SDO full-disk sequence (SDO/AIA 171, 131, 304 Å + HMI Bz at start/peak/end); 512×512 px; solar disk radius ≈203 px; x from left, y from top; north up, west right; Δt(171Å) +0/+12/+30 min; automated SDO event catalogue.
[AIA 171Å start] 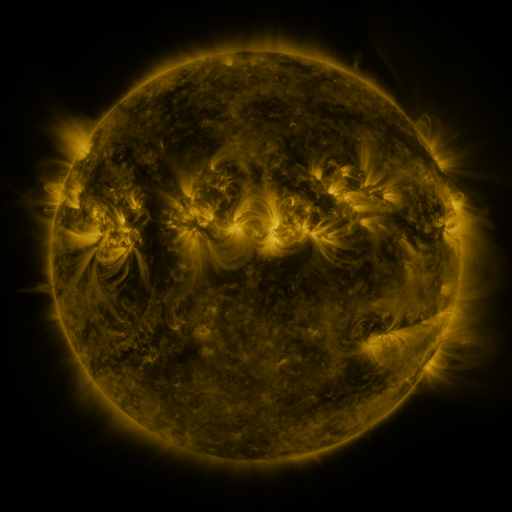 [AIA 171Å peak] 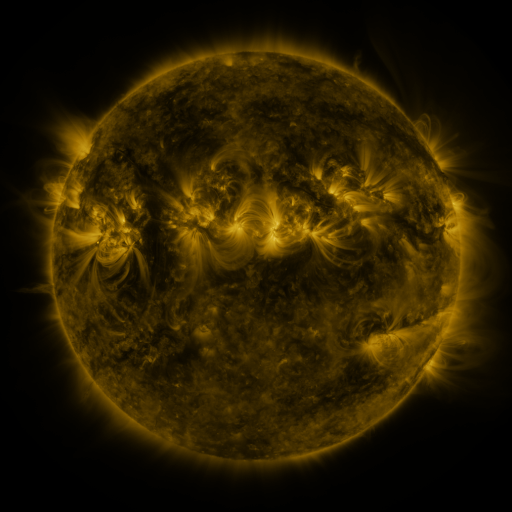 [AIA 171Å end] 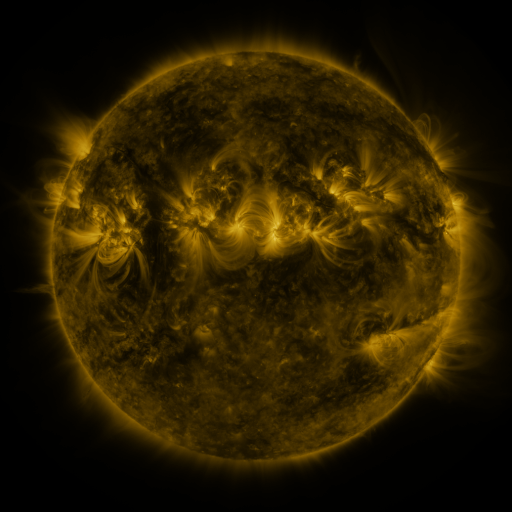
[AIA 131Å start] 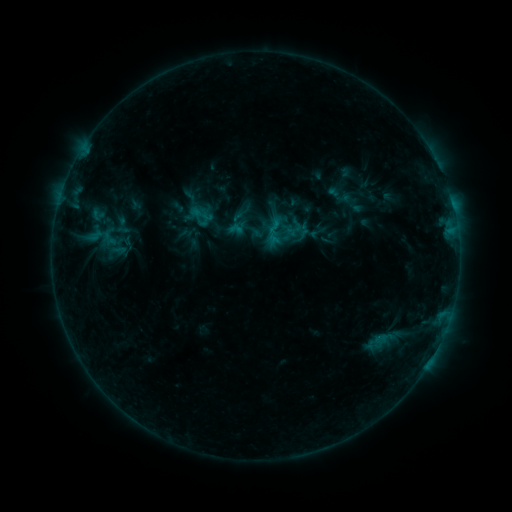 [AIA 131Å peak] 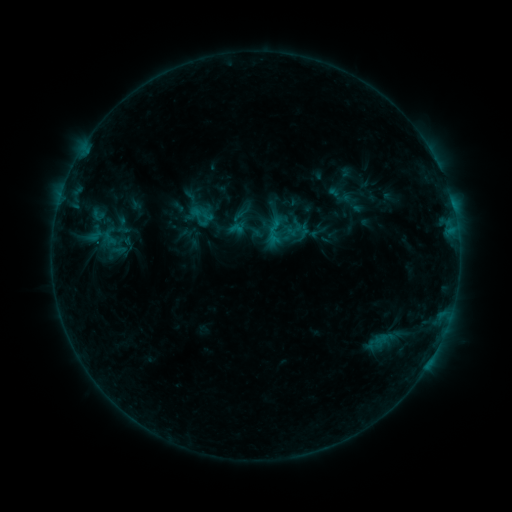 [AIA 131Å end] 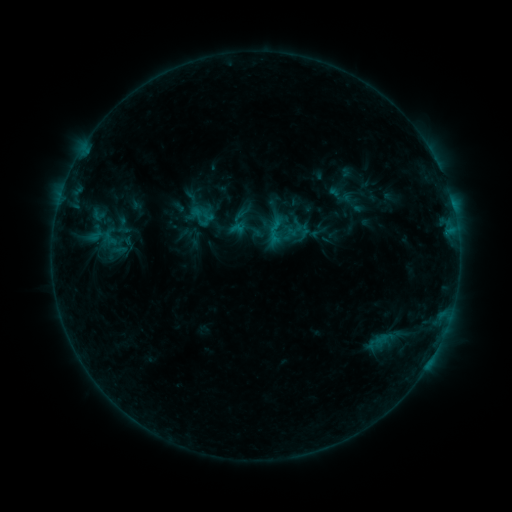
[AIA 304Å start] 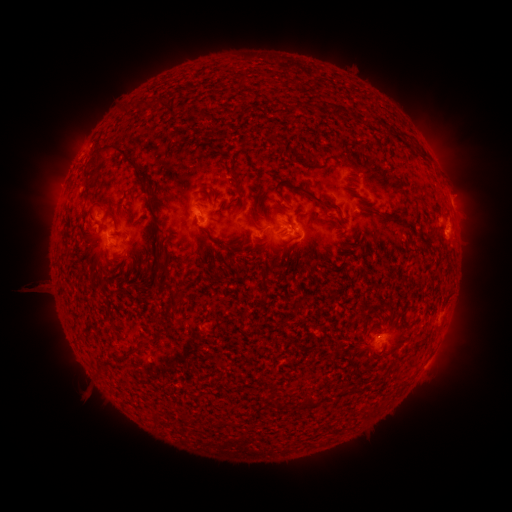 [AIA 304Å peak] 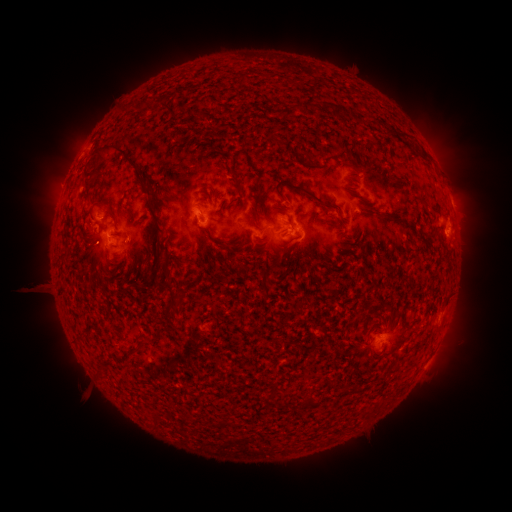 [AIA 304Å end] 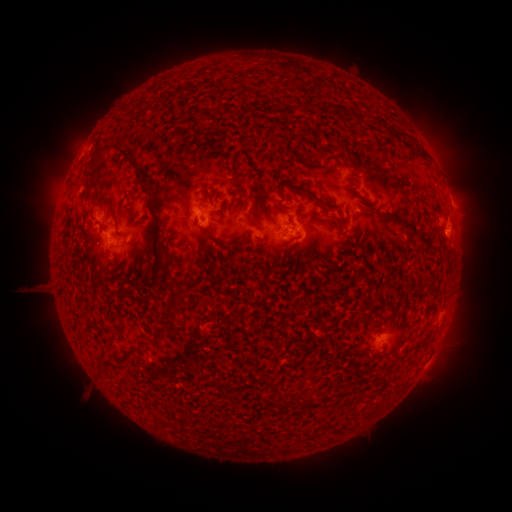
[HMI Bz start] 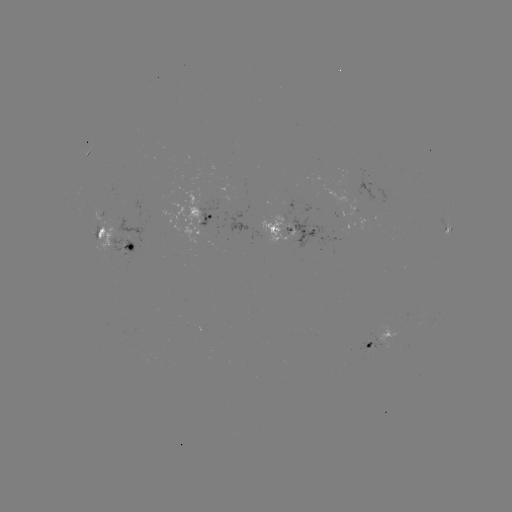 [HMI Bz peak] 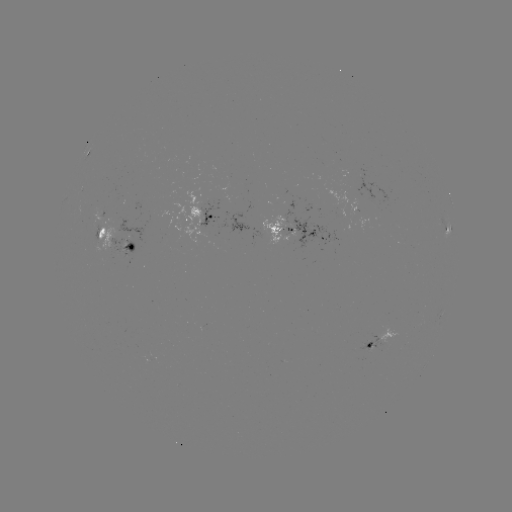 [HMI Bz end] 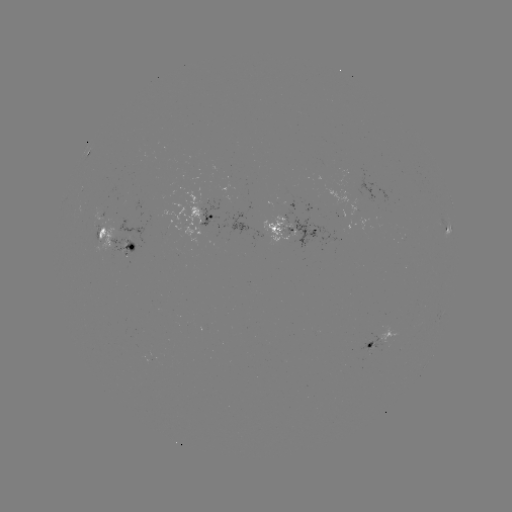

no flare in any classed list; no EUV-trigger detection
